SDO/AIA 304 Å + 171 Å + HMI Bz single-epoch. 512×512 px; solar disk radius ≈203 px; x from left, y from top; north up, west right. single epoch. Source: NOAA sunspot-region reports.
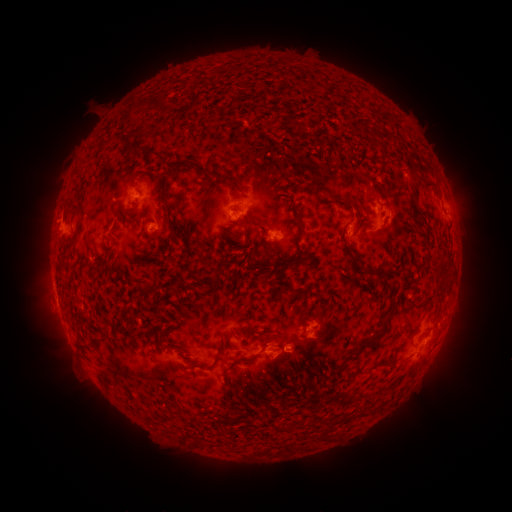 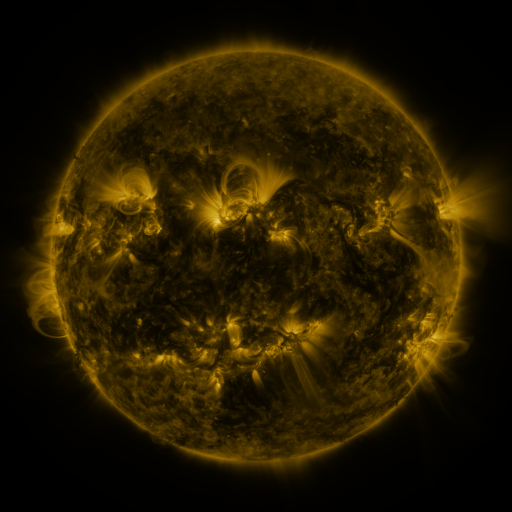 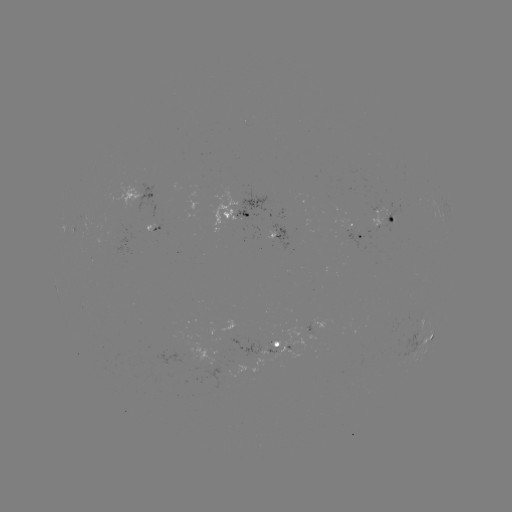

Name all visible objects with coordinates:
spotted active region: (139, 196)
spotted active region: (238, 212)
spotted active region: (391, 220)
spotted active region: (363, 235)
spotted active region: (277, 240)
spotted active region: (315, 327)
spotted active region: (424, 336)
spotted active region: (272, 344)
